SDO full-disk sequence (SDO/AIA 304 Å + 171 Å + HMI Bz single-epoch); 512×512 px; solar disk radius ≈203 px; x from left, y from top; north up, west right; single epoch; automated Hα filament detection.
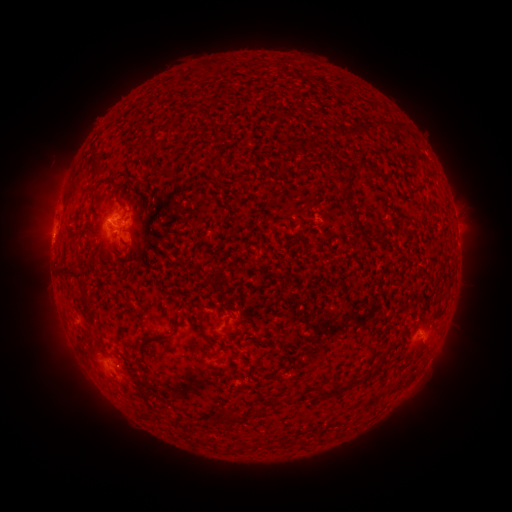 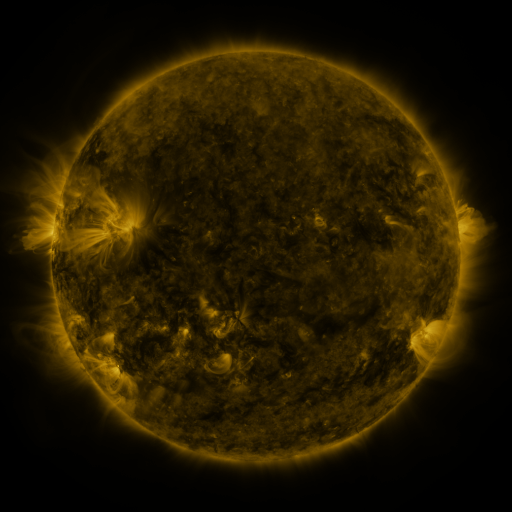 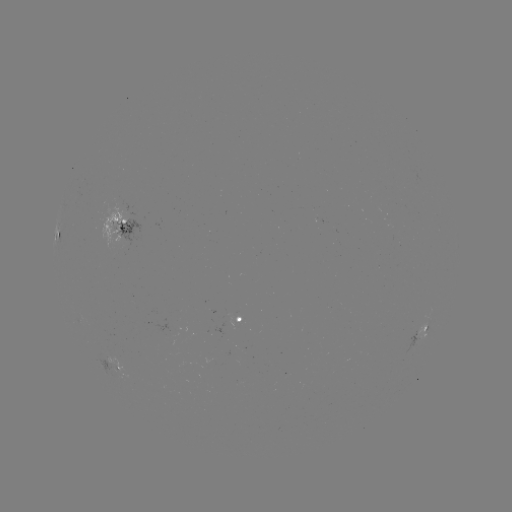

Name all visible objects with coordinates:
filament: (94, 188)
filament: (350, 209)
filament: (72, 271)
filament: (85, 303)
filament: (171, 334)
filament: (90, 335)
filament: (340, 388)
filament: (229, 417)
